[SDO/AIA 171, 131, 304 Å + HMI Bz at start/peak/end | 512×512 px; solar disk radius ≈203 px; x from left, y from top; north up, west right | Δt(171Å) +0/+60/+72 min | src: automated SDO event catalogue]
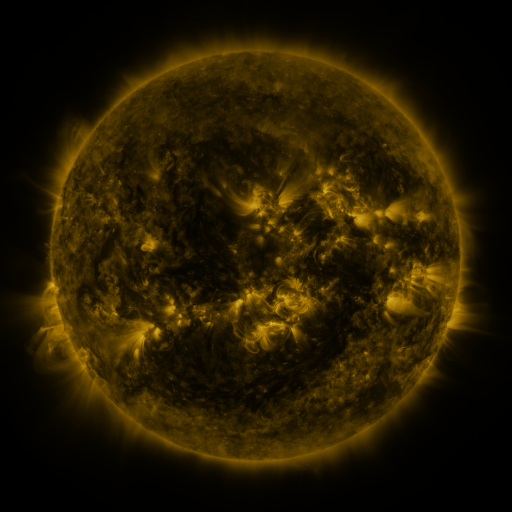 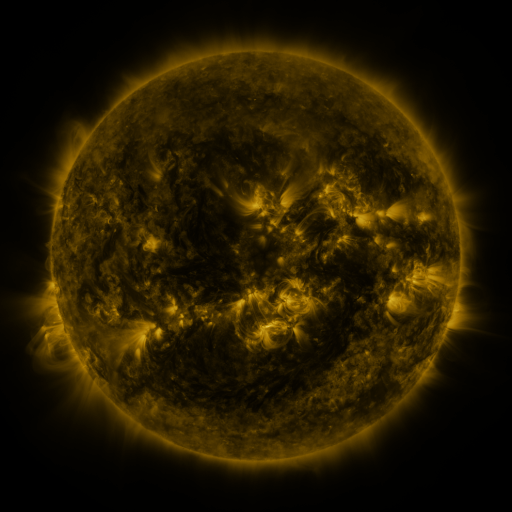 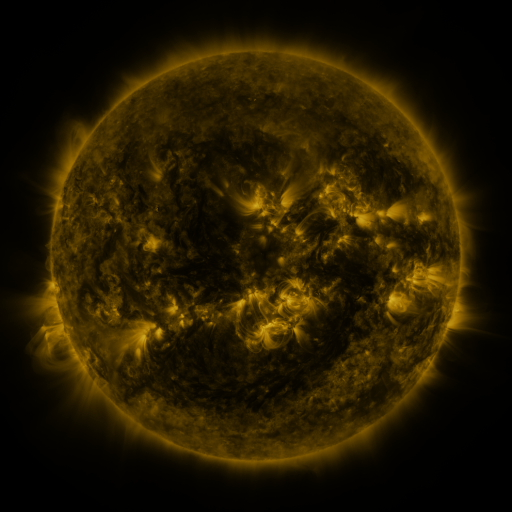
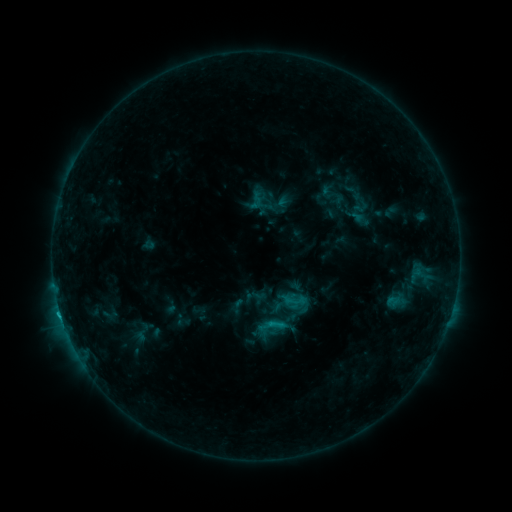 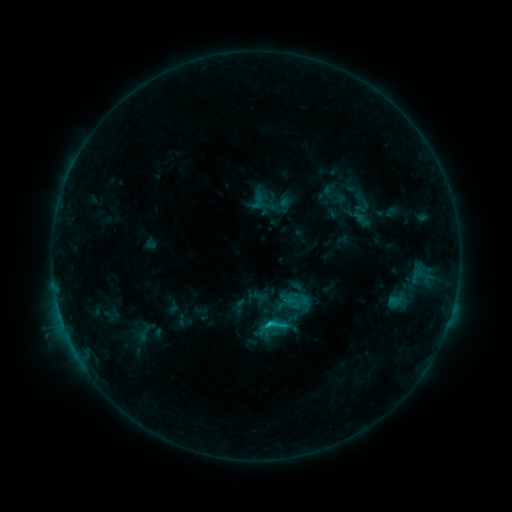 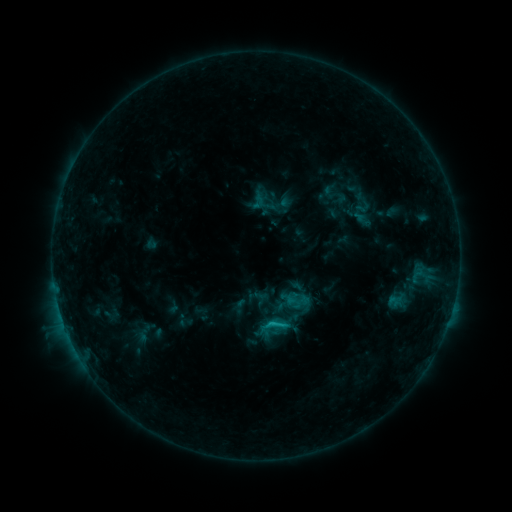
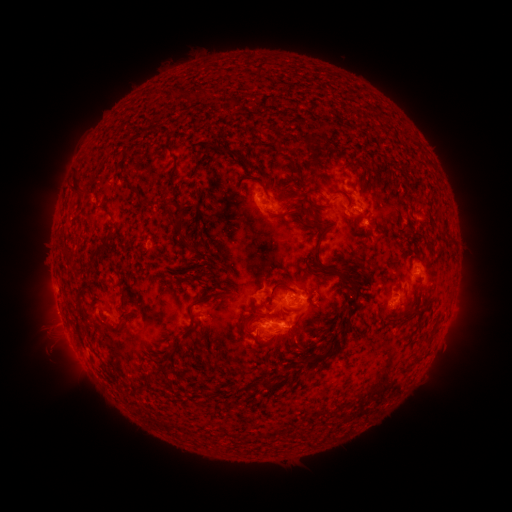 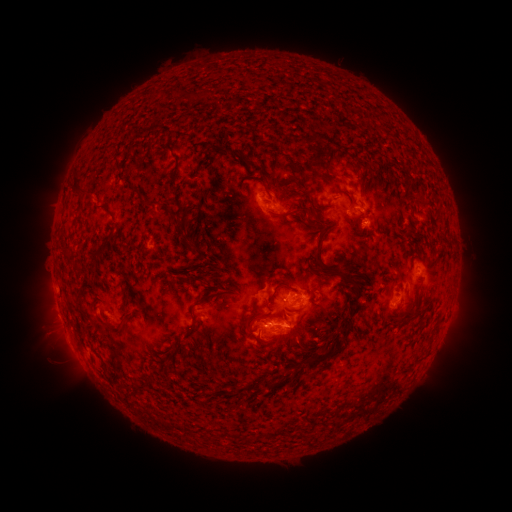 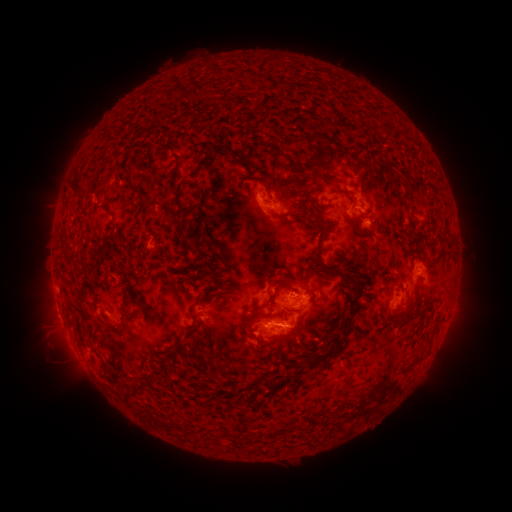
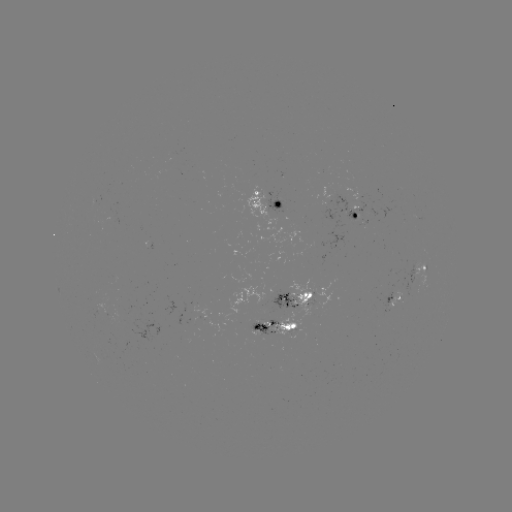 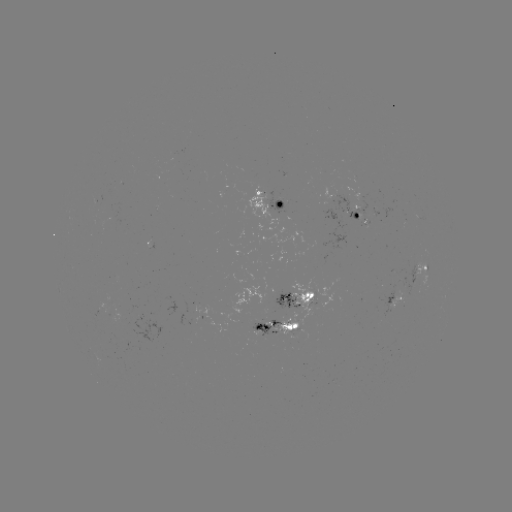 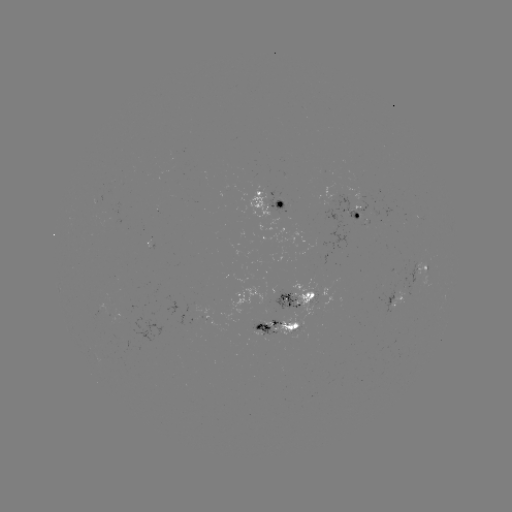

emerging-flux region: (251, 319, 275, 333)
